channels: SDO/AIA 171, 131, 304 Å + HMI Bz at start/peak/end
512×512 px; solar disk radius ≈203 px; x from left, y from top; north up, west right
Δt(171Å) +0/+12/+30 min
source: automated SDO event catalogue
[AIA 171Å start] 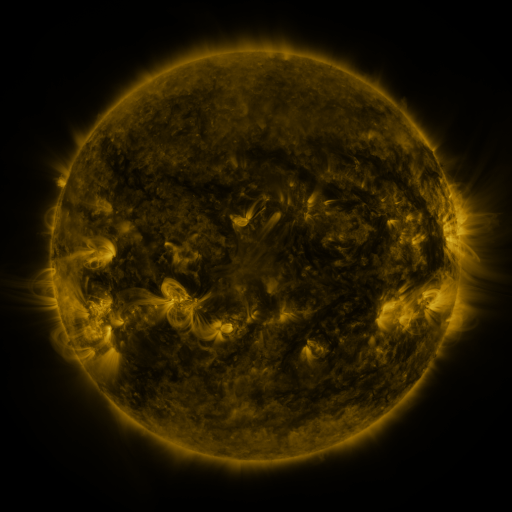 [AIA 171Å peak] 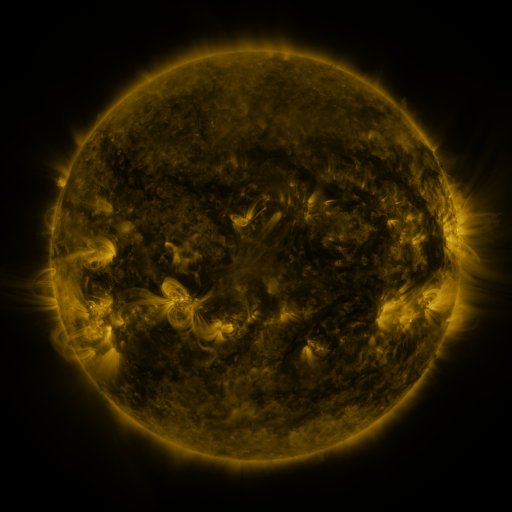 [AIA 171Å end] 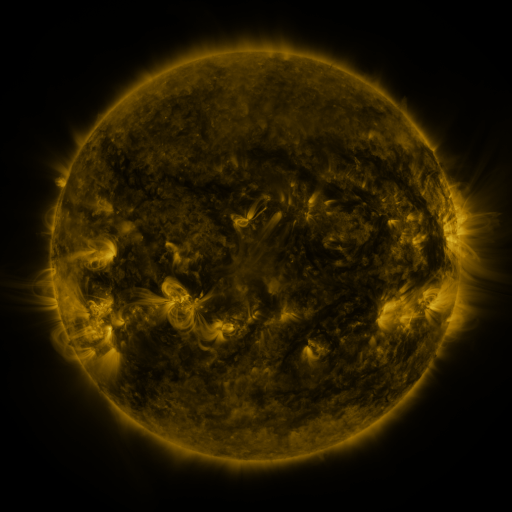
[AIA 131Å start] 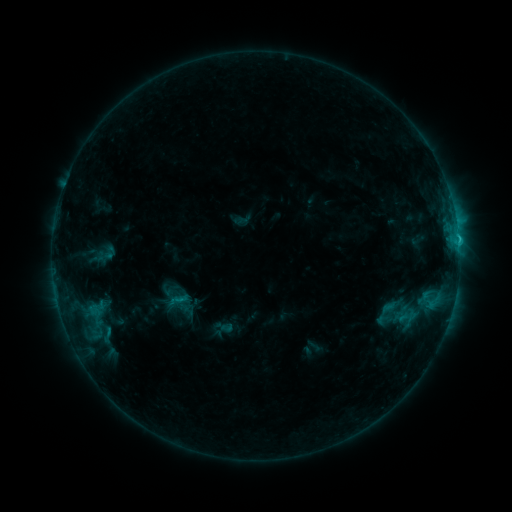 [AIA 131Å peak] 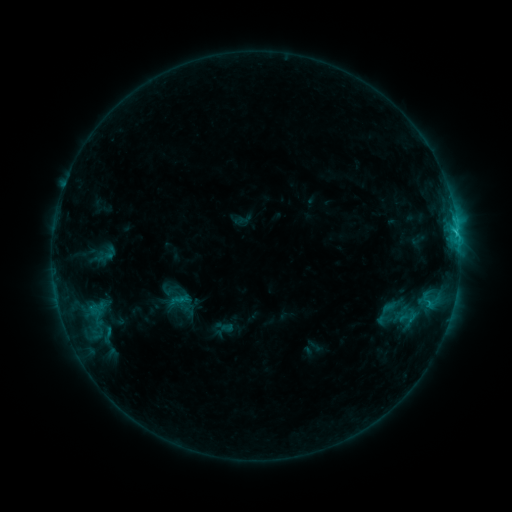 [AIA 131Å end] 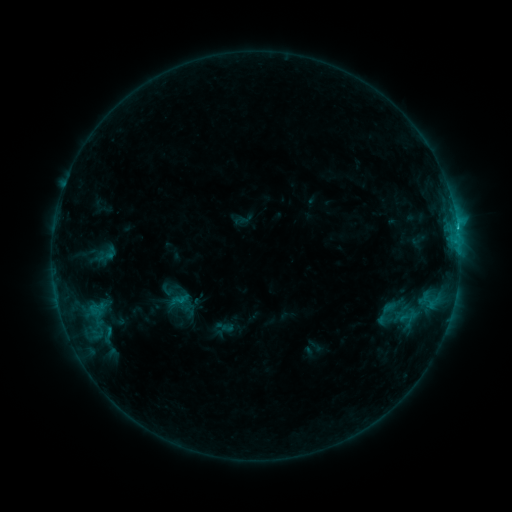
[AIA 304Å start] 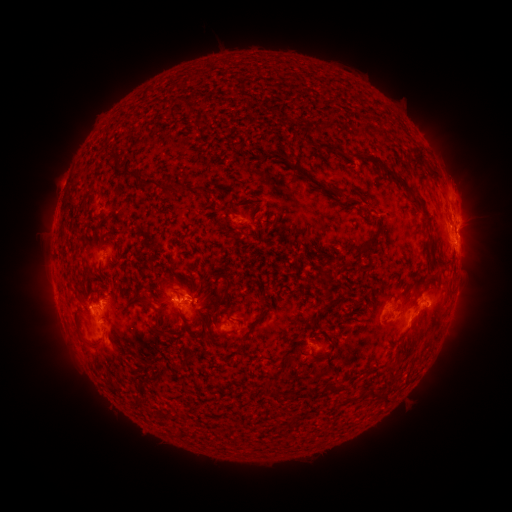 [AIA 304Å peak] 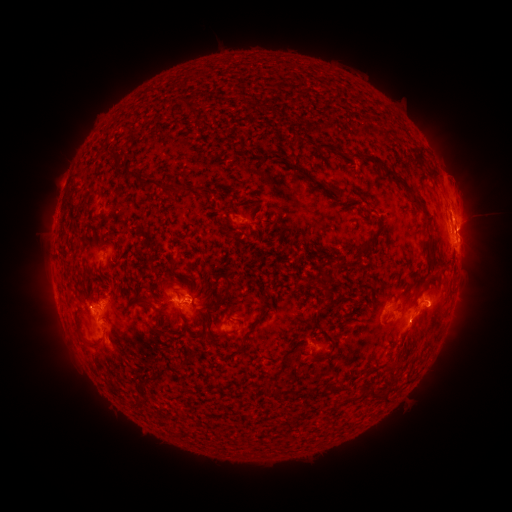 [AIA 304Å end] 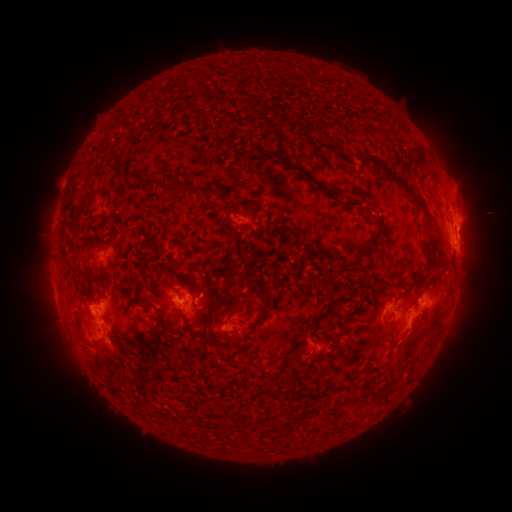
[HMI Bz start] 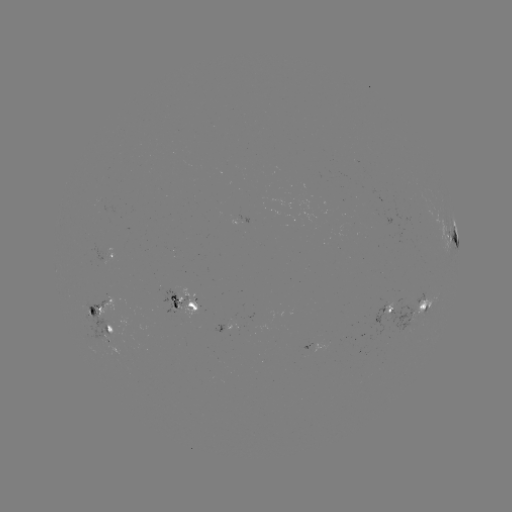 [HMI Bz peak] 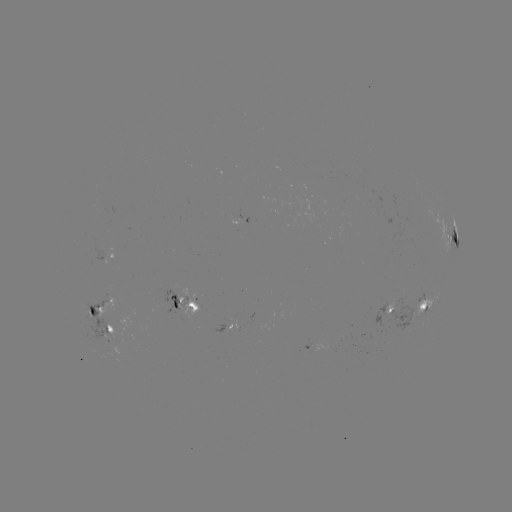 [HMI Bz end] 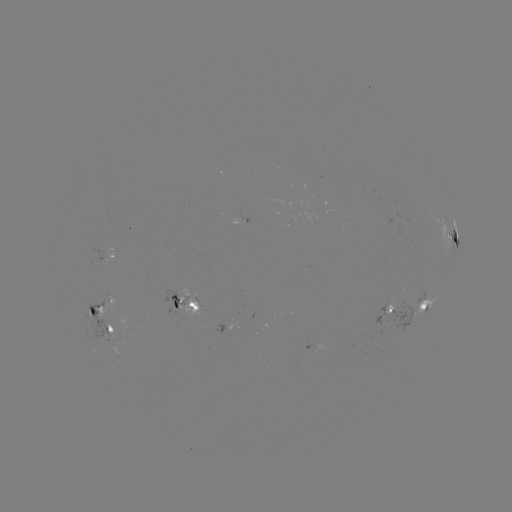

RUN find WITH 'eruption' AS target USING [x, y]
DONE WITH [467, 210] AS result